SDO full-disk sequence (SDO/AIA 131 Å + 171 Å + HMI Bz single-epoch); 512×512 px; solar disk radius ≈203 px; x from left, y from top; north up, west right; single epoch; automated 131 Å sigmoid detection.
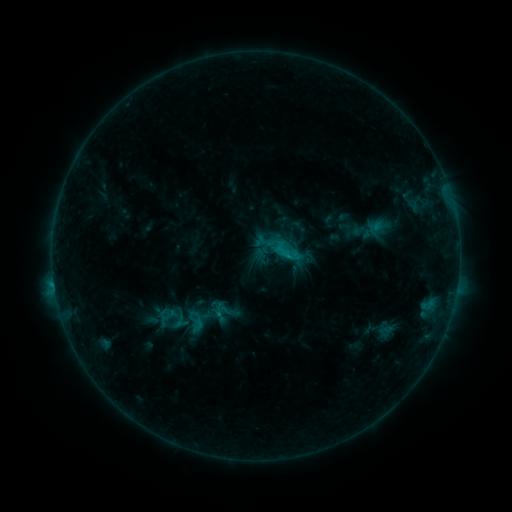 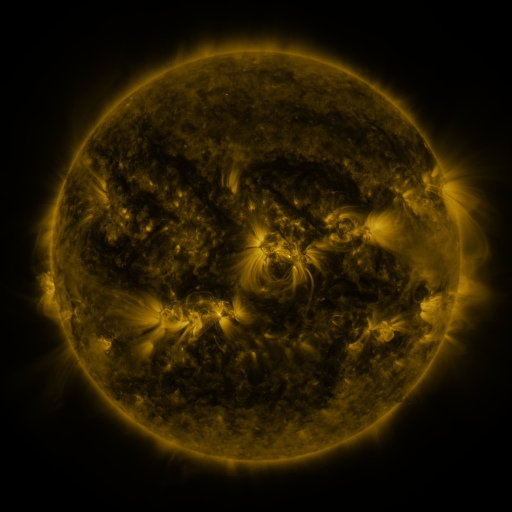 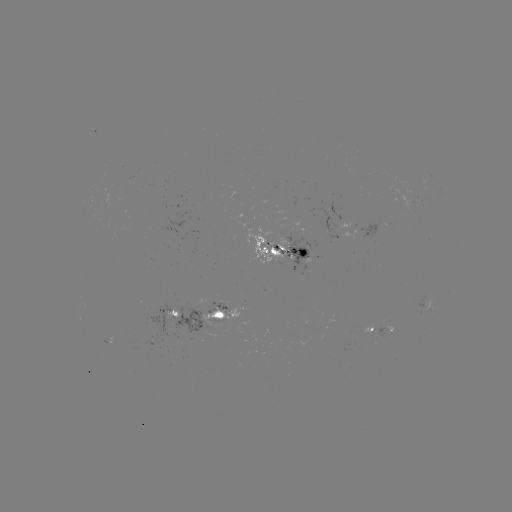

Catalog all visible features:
sigmoid: <bbox>266, 231, 303, 267</bbox>
